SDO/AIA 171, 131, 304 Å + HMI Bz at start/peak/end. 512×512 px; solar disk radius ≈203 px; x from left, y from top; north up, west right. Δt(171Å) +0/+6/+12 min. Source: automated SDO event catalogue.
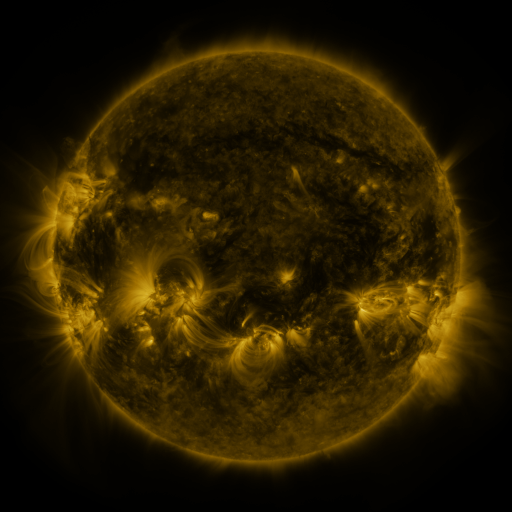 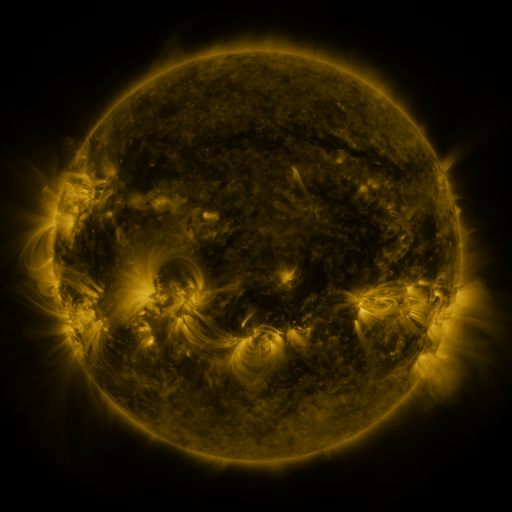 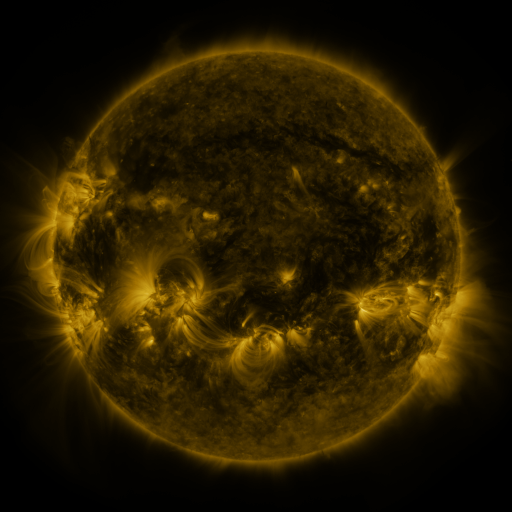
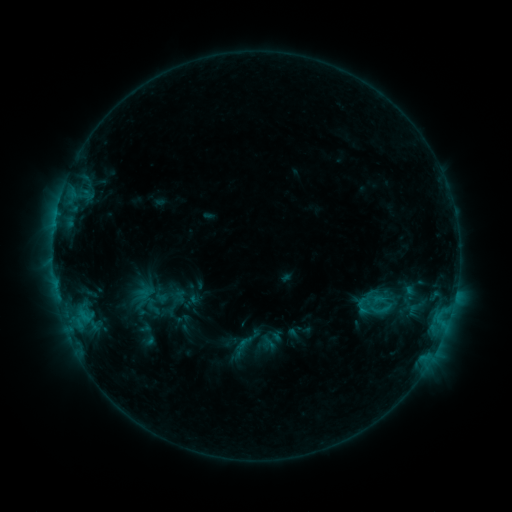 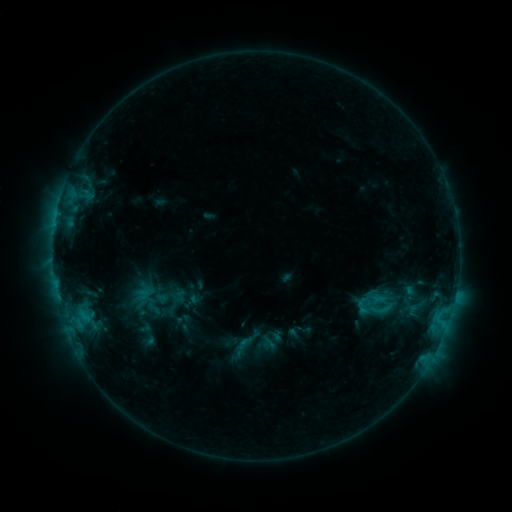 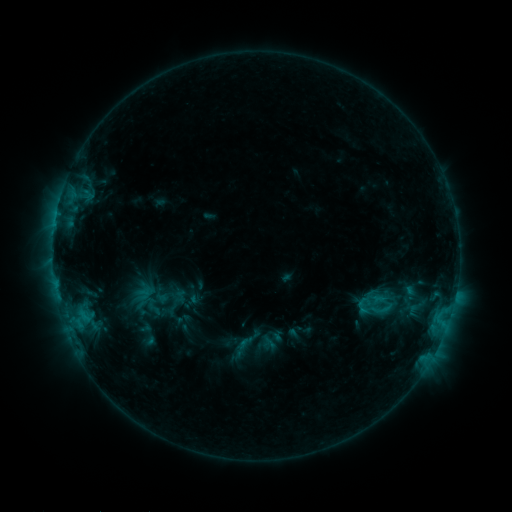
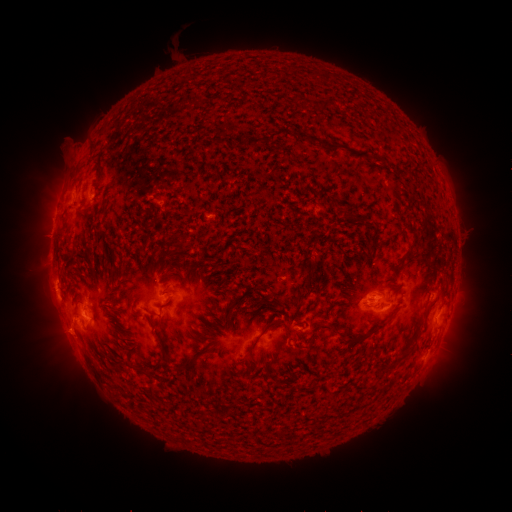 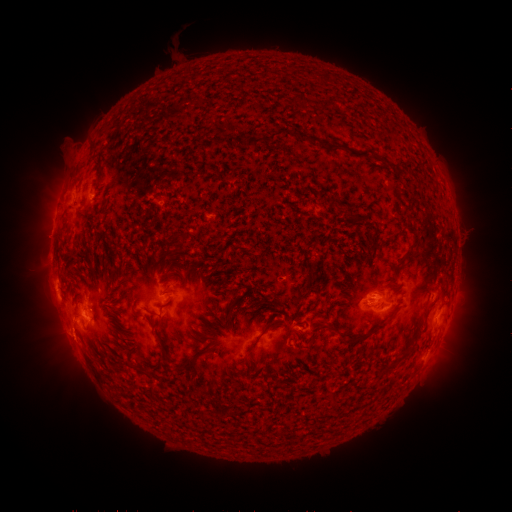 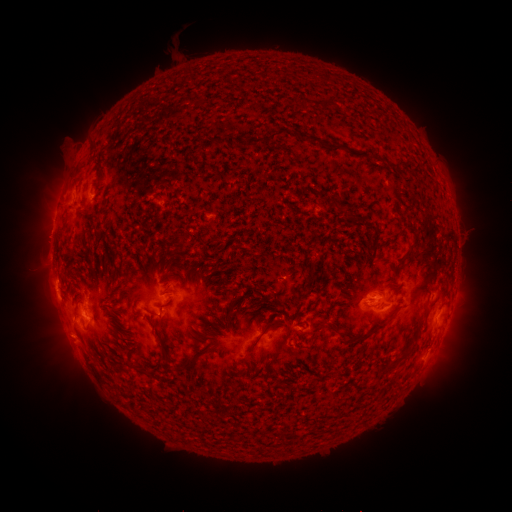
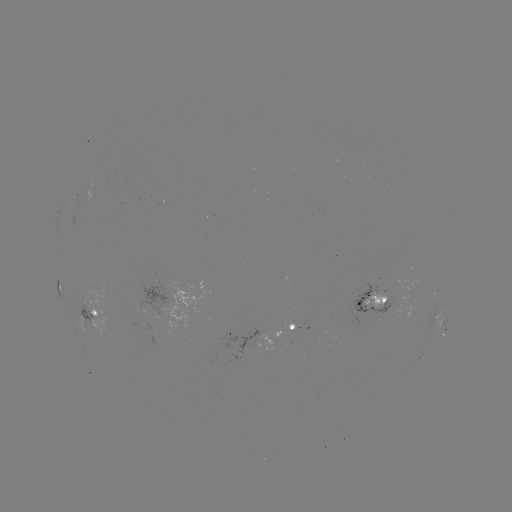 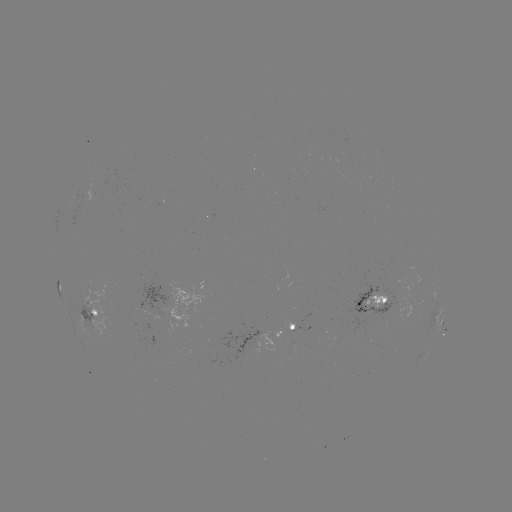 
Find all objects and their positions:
eruption: (75, 393)
